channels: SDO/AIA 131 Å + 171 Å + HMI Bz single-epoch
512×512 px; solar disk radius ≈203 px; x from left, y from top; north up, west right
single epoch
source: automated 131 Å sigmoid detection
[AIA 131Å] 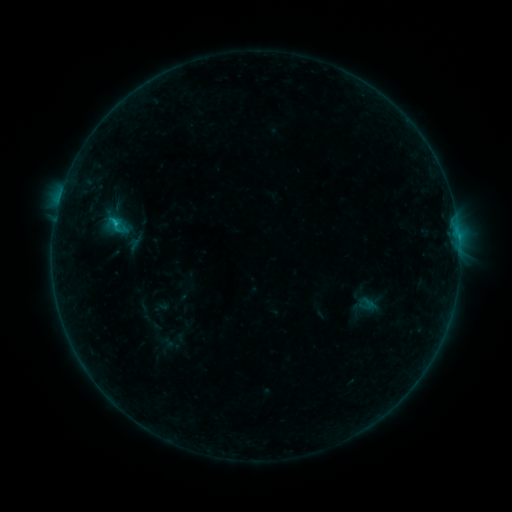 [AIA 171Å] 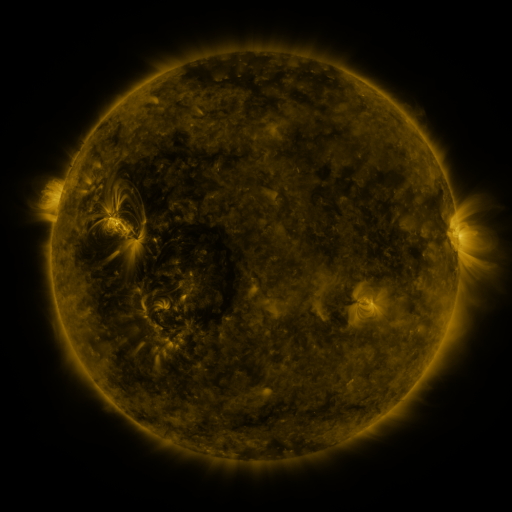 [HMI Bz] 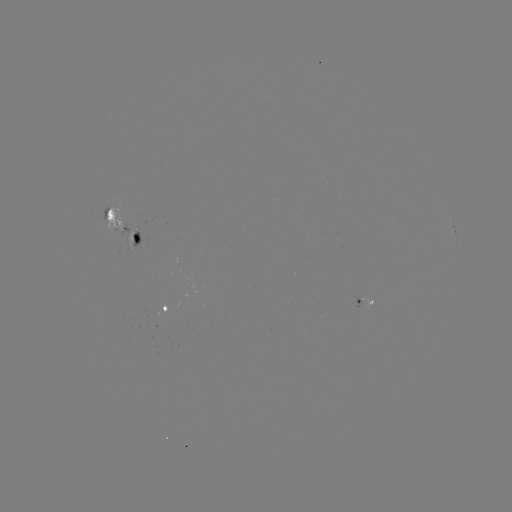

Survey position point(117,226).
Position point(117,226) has sigmoid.